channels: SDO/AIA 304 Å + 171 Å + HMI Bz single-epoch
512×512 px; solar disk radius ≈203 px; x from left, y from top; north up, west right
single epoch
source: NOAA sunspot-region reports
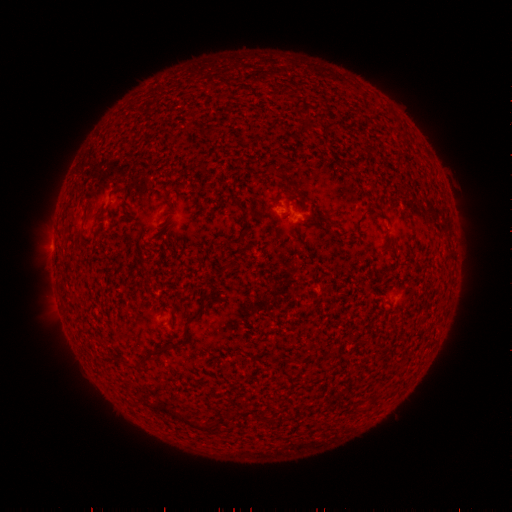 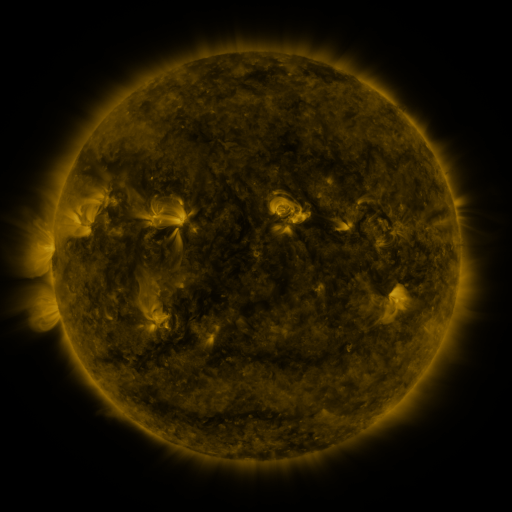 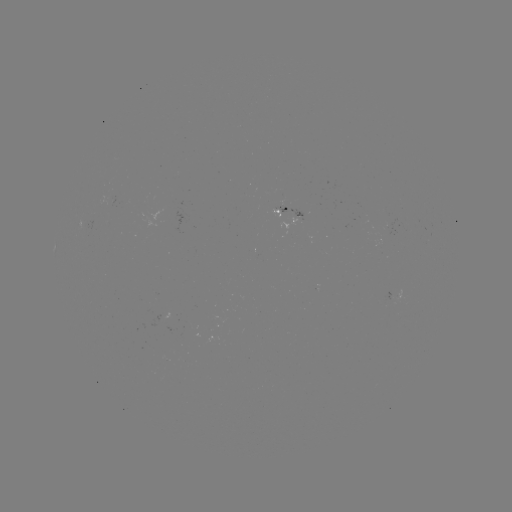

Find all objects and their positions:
spotted active region: (300, 215)
spotted active region: (401, 290)
